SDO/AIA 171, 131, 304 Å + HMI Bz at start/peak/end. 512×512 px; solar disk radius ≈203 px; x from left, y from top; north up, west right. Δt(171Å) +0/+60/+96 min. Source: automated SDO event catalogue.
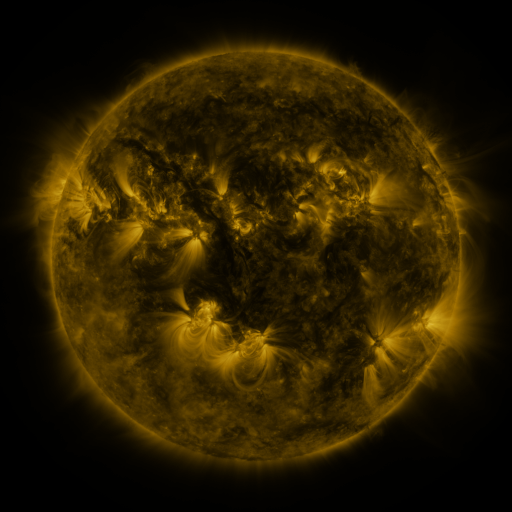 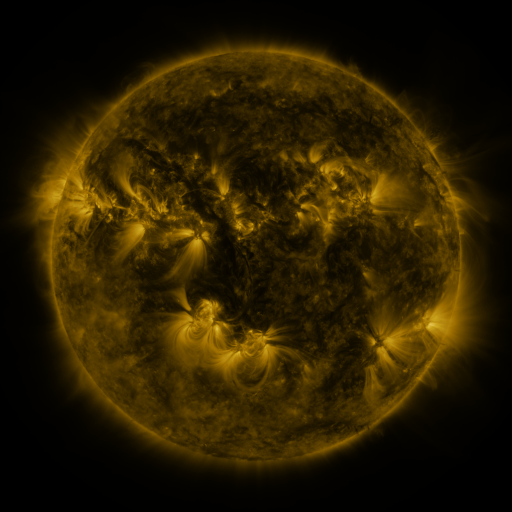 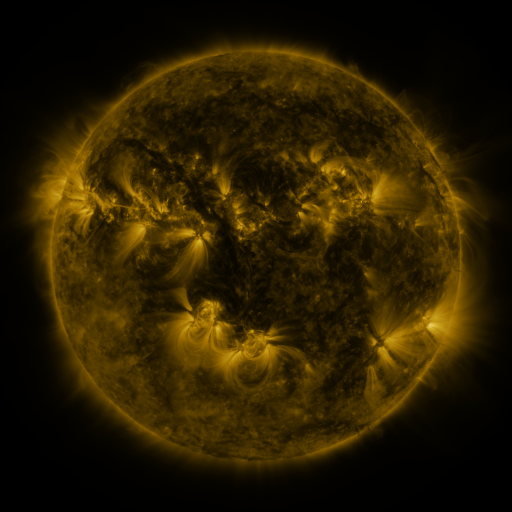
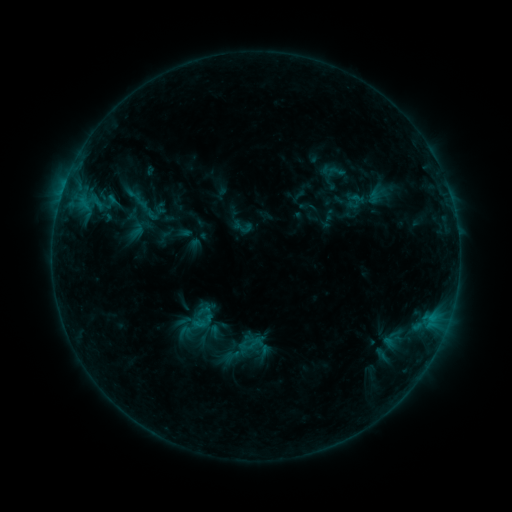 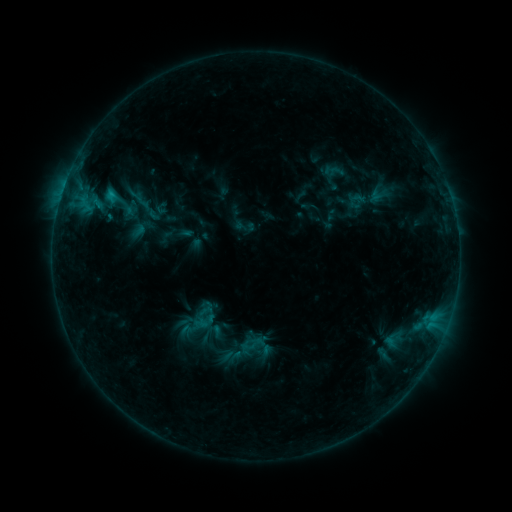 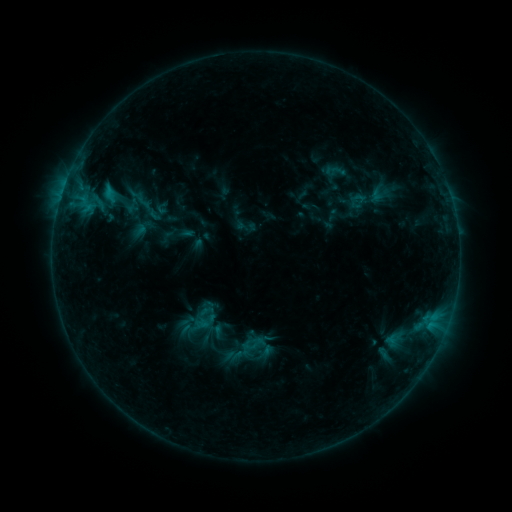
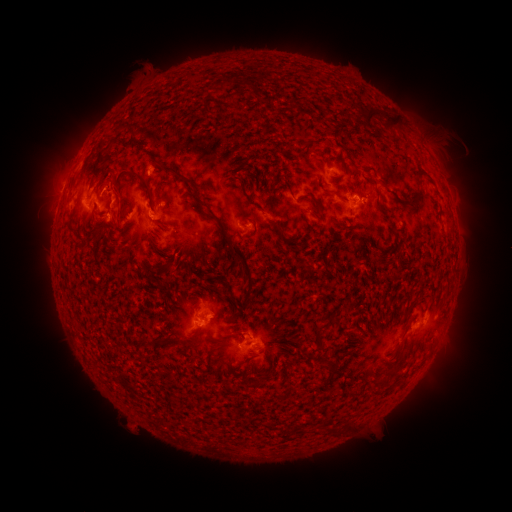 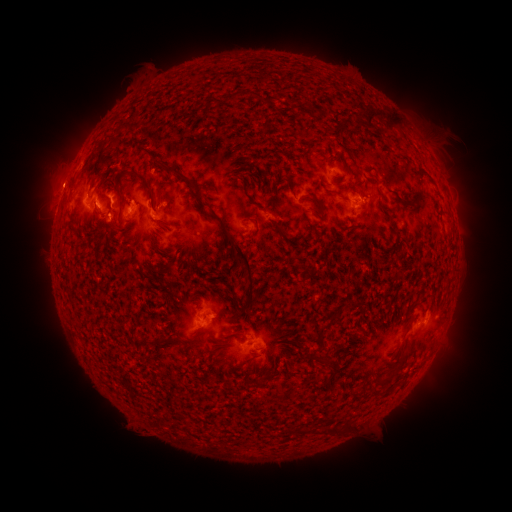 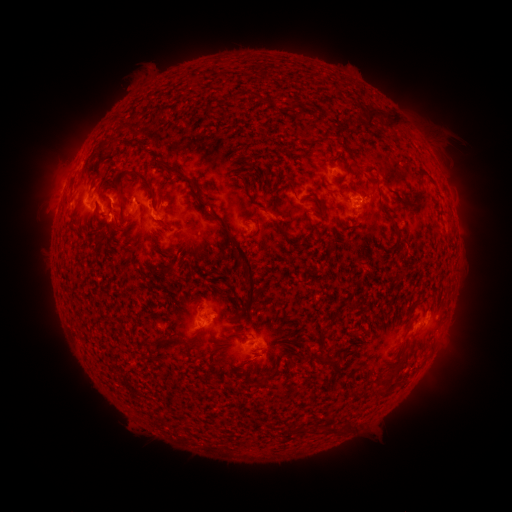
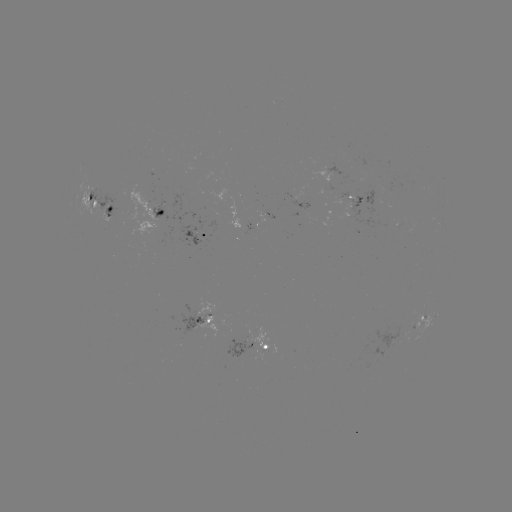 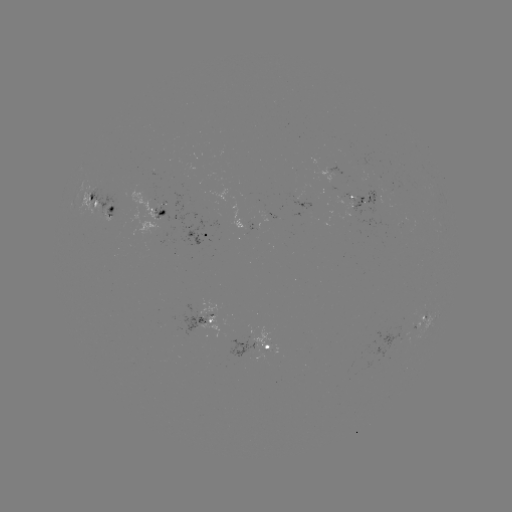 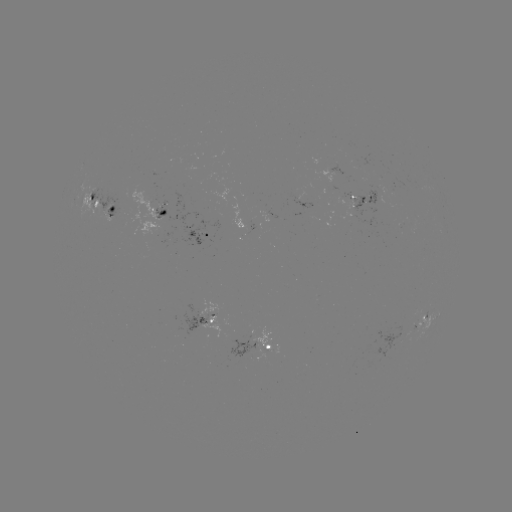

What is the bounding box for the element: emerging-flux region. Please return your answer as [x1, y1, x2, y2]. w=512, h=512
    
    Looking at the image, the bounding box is [359, 190, 379, 214].